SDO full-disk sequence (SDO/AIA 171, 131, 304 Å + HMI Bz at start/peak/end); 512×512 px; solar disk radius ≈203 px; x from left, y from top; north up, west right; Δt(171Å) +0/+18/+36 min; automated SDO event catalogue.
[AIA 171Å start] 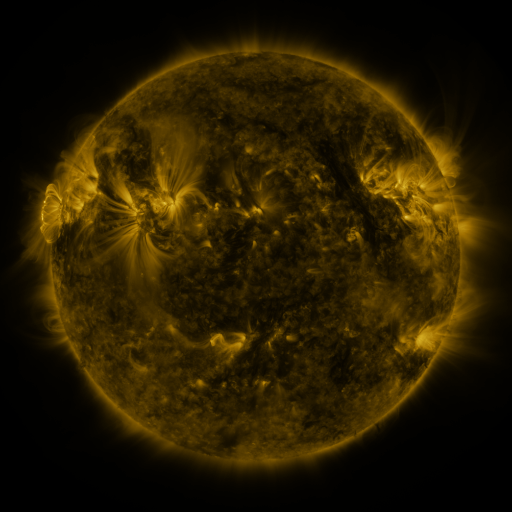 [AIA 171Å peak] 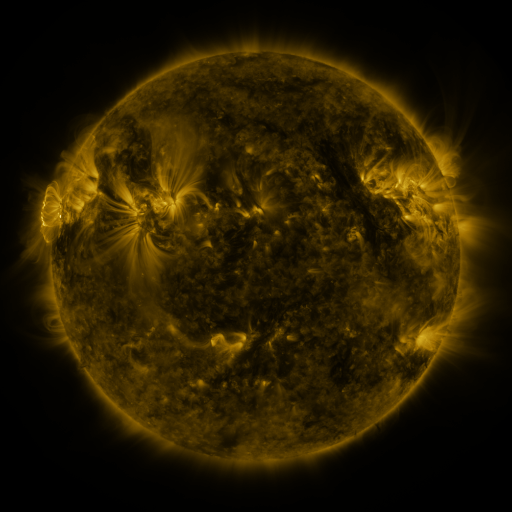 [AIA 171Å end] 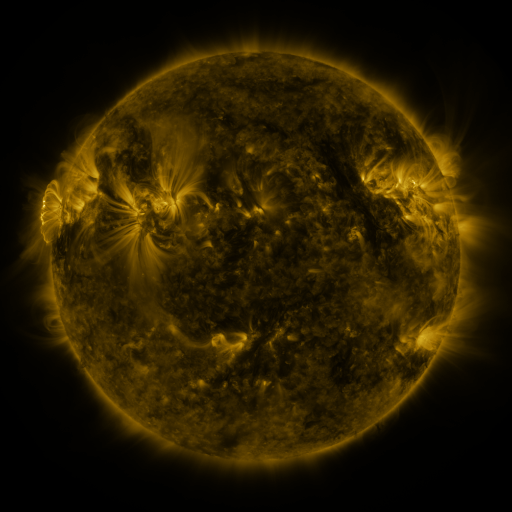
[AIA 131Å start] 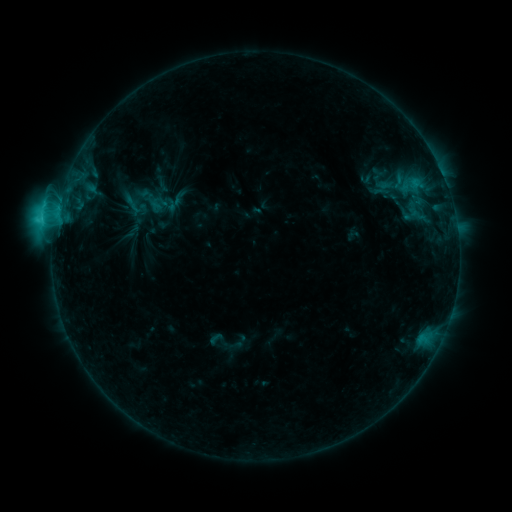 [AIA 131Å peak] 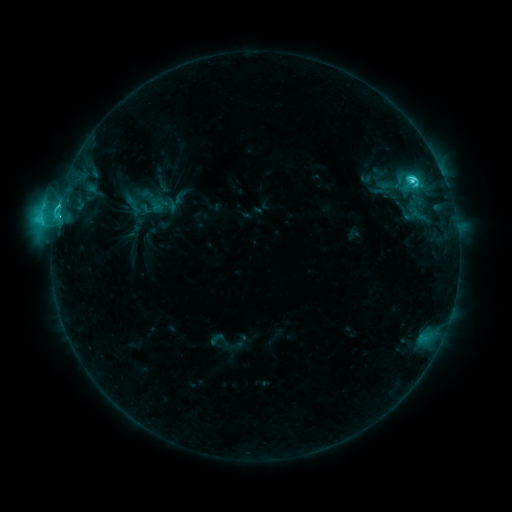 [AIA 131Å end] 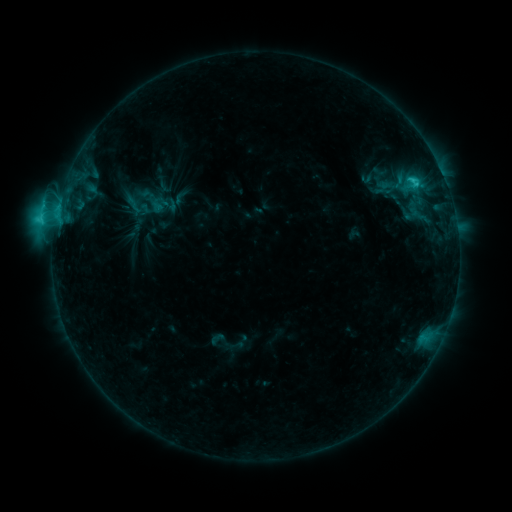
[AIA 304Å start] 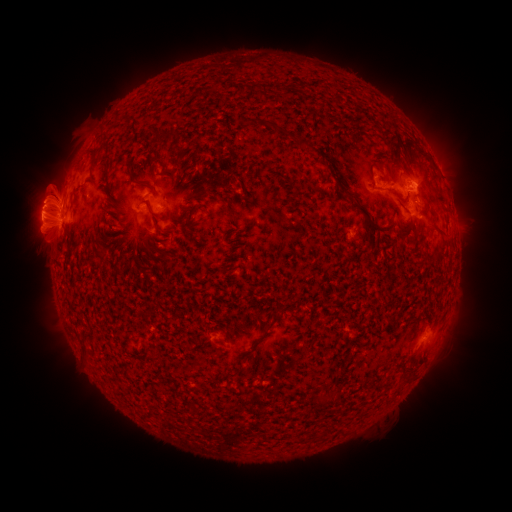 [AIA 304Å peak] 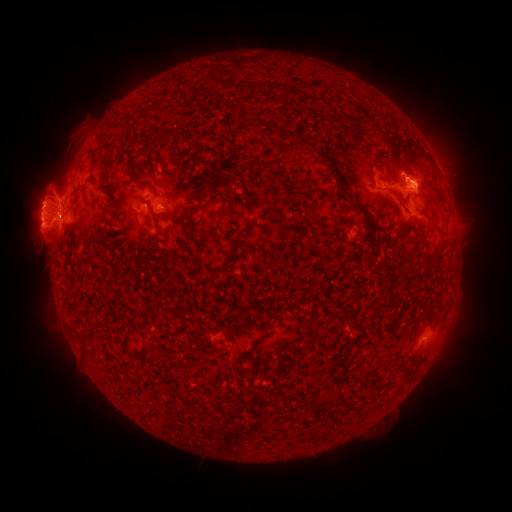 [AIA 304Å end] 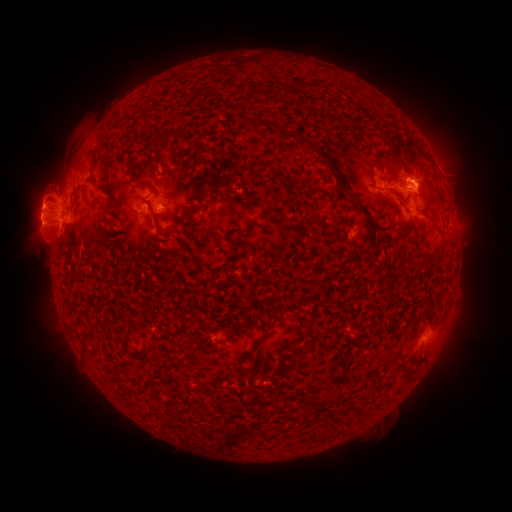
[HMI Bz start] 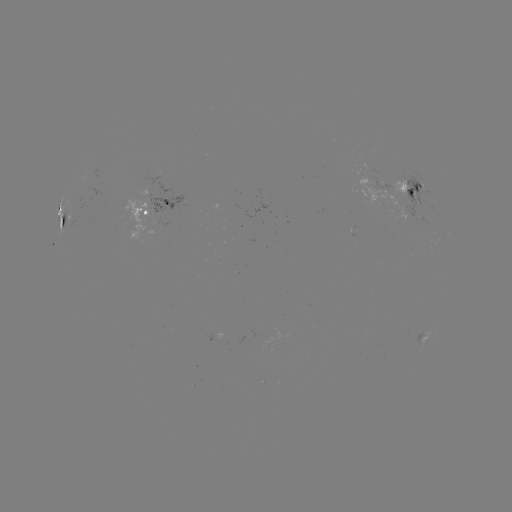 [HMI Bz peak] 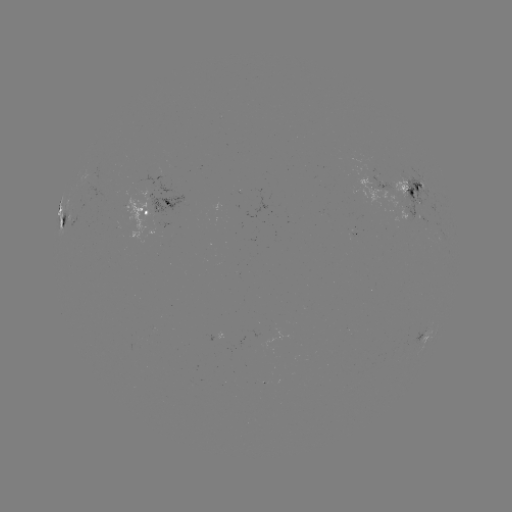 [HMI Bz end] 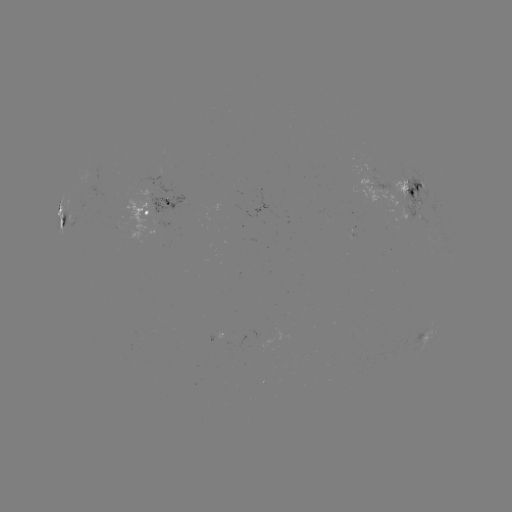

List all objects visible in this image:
C8.1 flare: (412, 182)
